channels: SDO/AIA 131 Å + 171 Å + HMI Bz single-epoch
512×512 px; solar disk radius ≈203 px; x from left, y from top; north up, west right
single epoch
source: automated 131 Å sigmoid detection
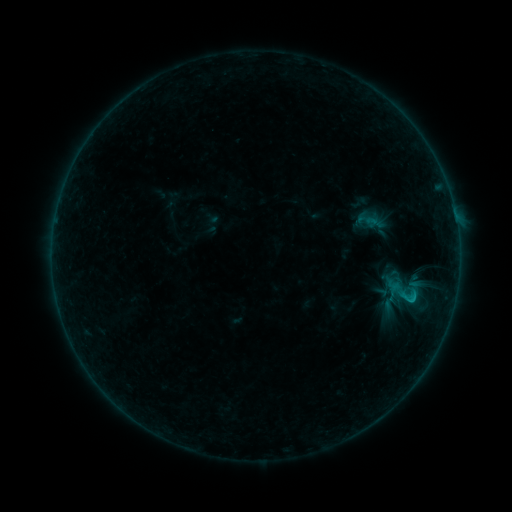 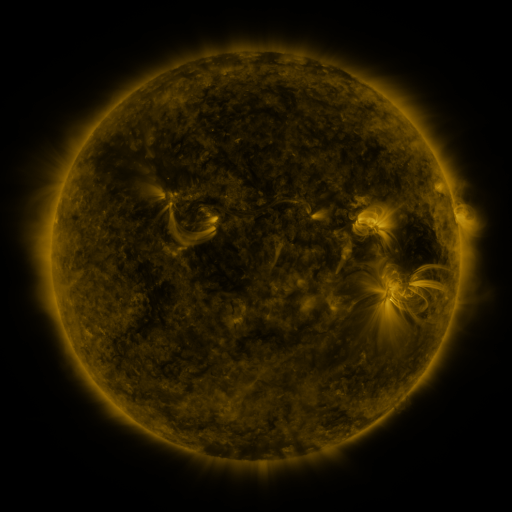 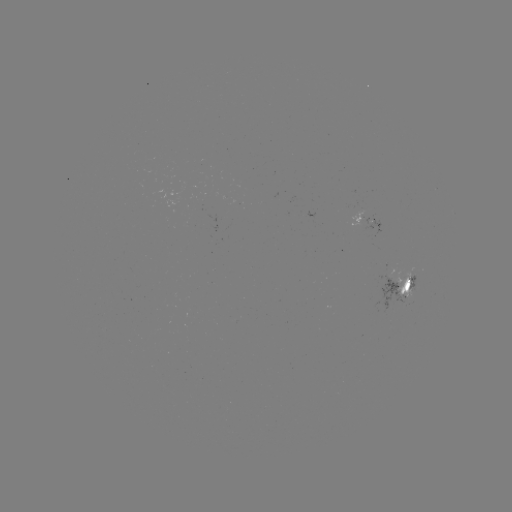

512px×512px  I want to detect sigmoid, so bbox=[388, 276, 423, 310].